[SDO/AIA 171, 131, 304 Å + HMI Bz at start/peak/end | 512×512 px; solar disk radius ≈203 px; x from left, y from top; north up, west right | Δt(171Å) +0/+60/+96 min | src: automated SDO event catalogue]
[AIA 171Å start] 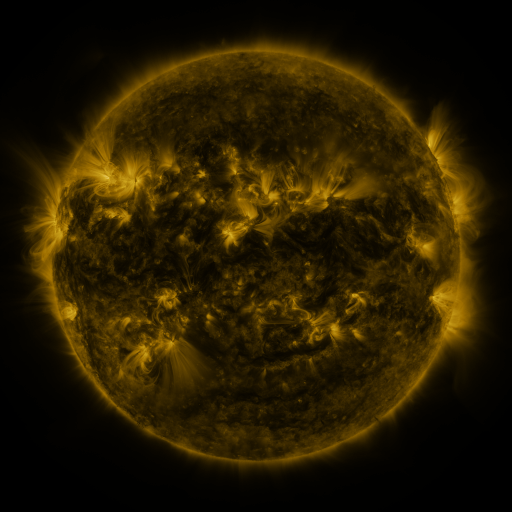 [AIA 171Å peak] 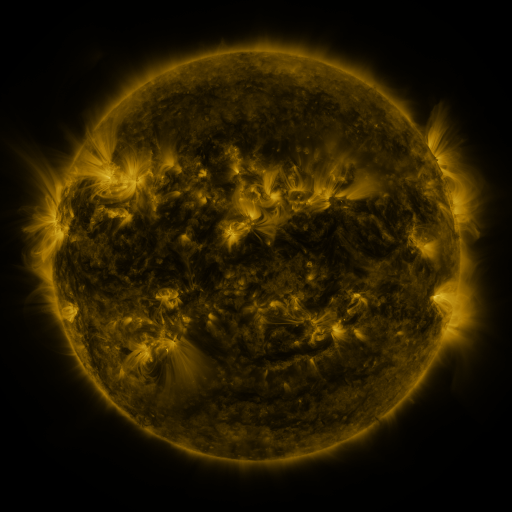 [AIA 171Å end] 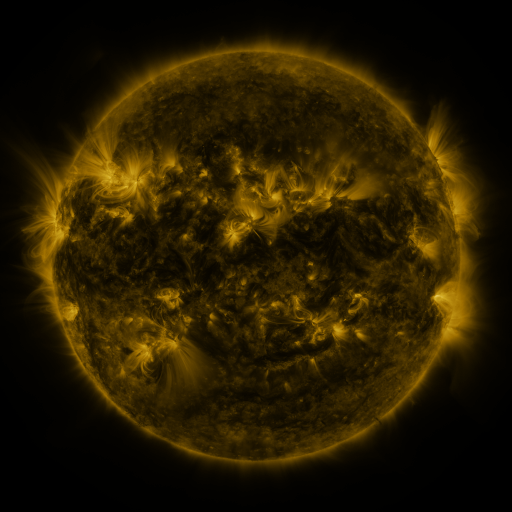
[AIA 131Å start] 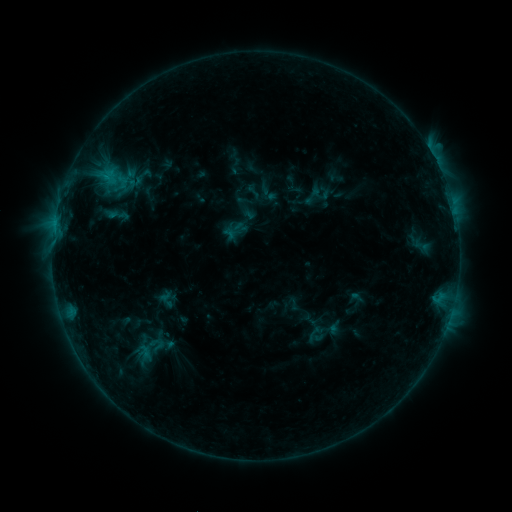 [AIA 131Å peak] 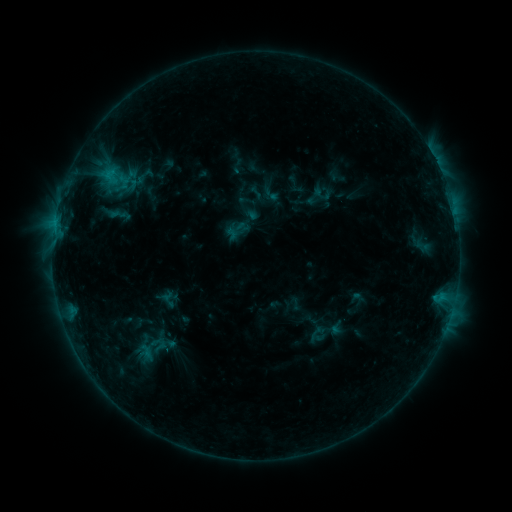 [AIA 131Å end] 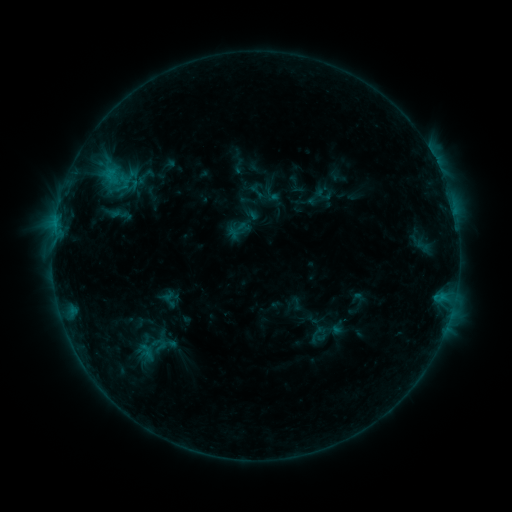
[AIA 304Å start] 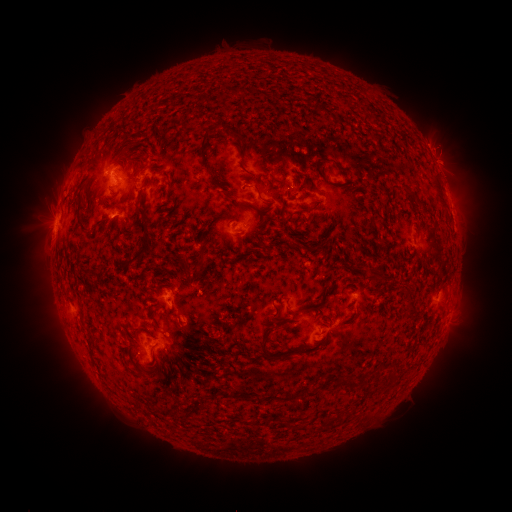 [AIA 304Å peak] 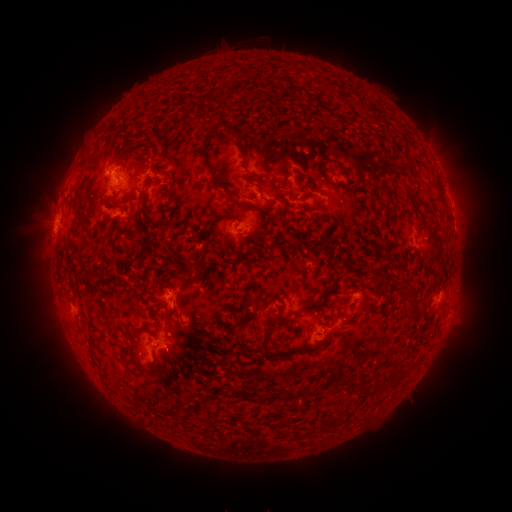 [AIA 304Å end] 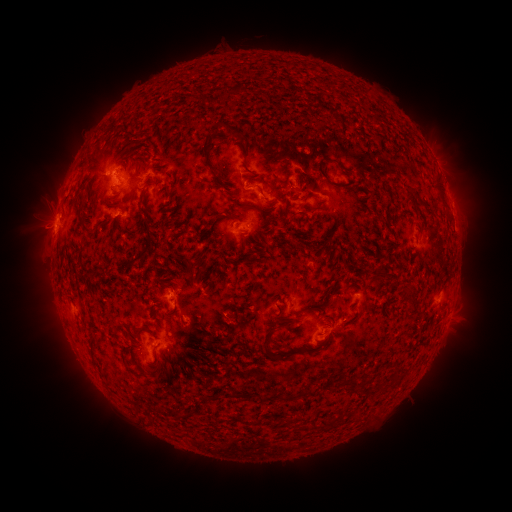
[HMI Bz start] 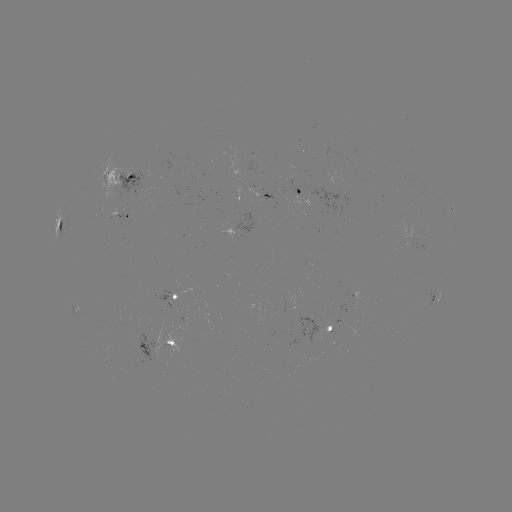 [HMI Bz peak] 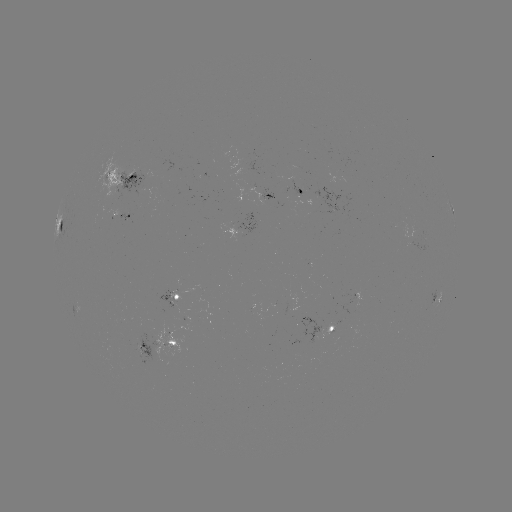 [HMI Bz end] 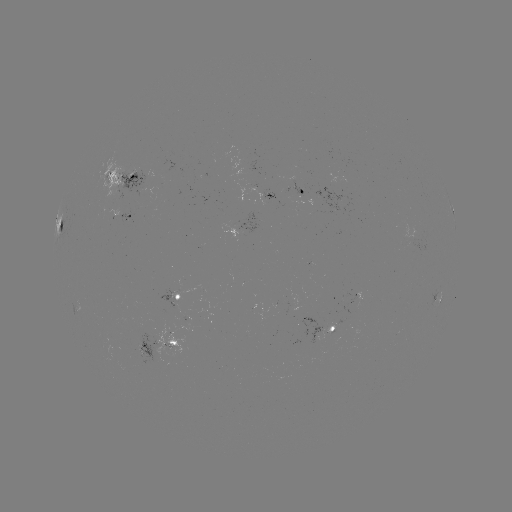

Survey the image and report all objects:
emerging-flux region: (171, 302)
